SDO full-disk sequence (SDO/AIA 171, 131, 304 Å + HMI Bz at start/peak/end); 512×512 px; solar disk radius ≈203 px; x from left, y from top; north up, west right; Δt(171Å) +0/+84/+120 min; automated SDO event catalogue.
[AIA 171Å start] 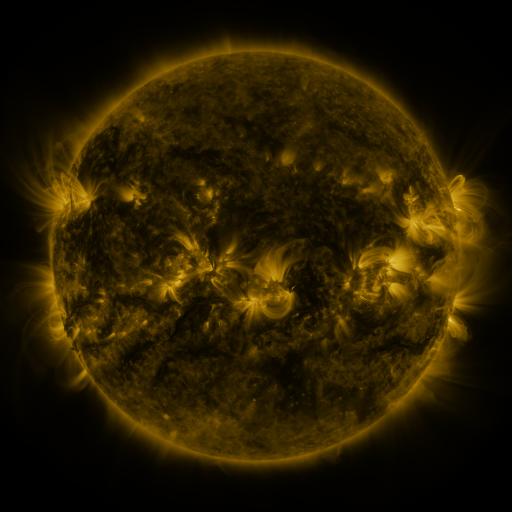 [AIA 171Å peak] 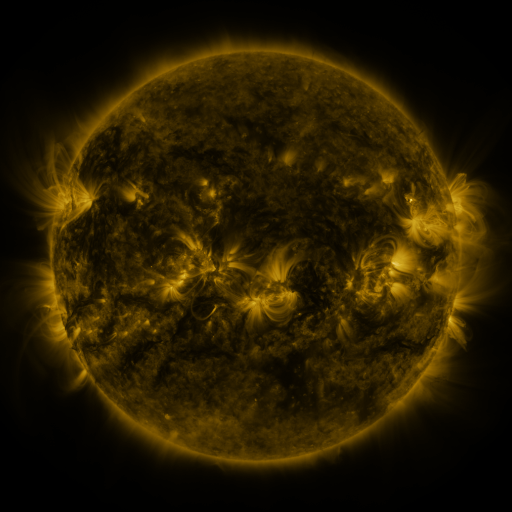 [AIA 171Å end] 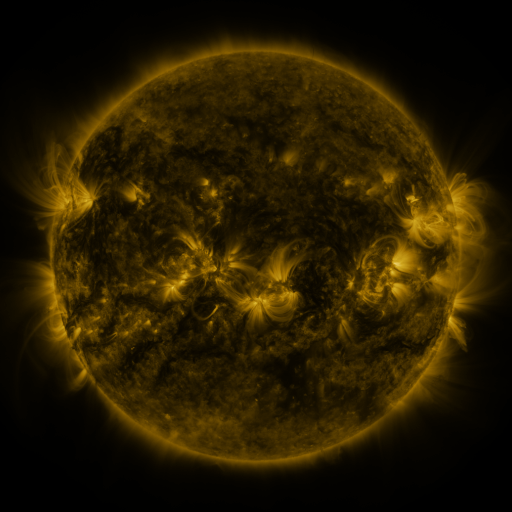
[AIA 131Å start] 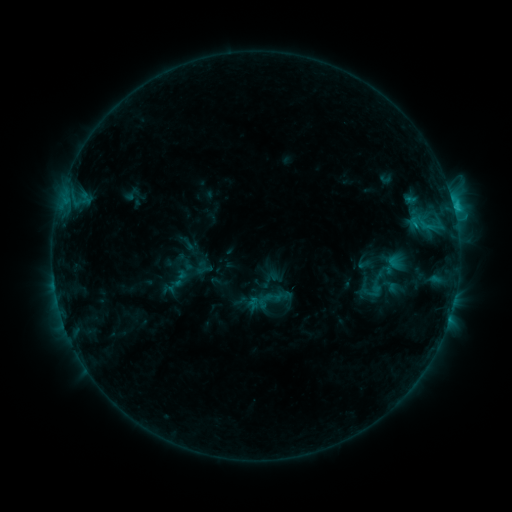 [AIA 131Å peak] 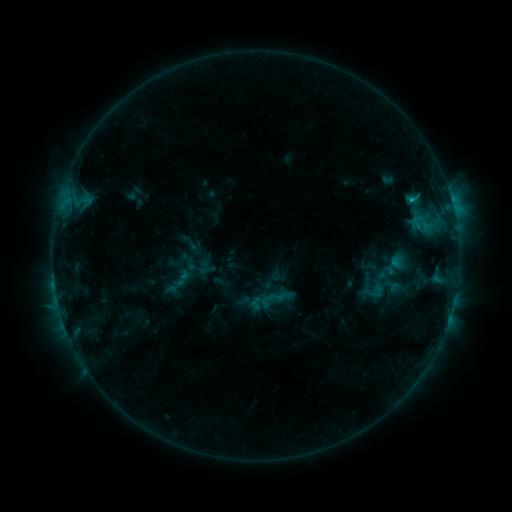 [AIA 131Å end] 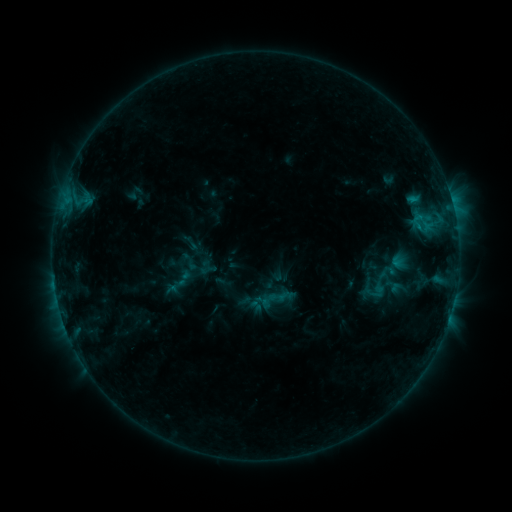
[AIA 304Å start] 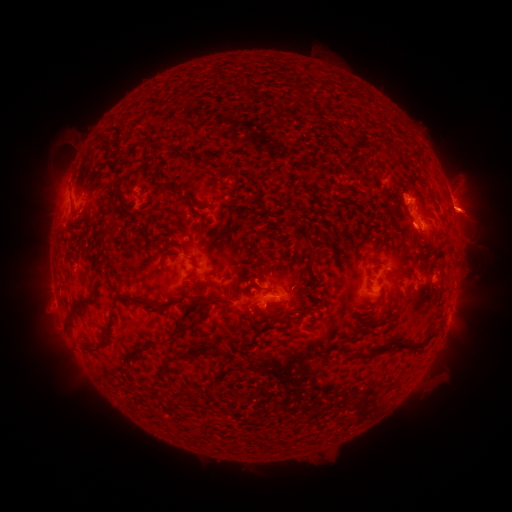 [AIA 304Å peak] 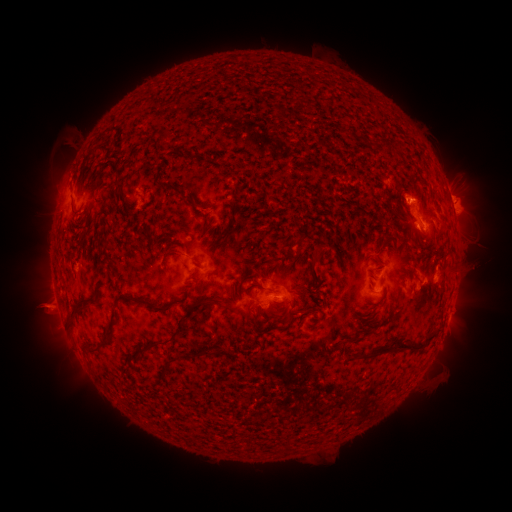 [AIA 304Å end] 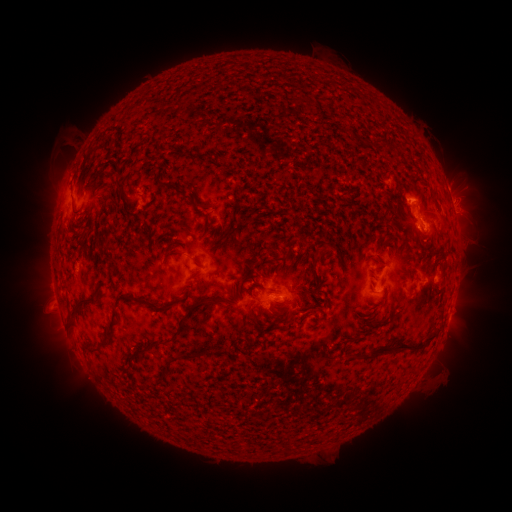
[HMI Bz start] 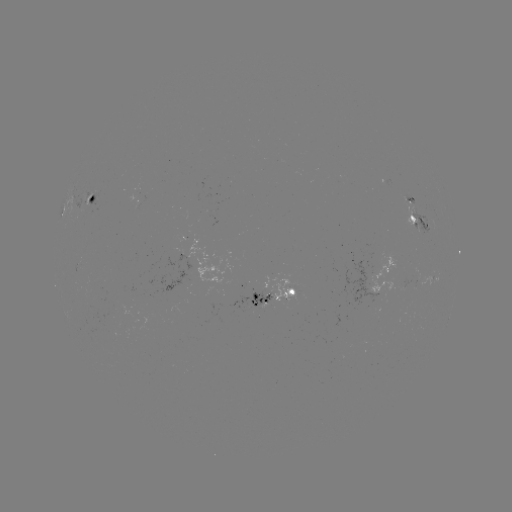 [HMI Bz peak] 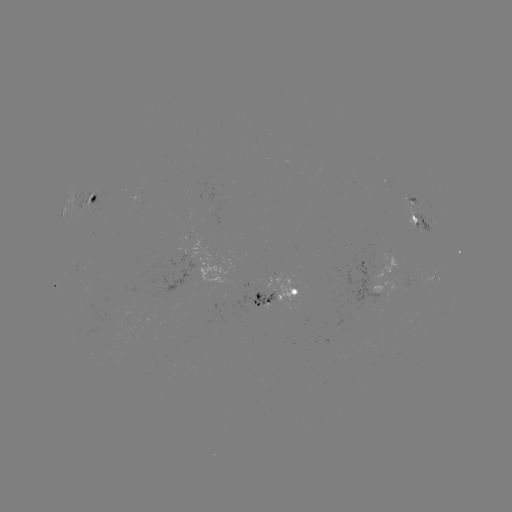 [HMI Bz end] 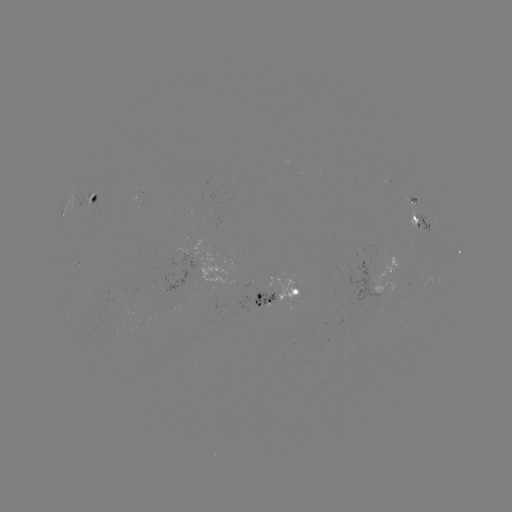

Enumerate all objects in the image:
emerging-flux region: (259, 289)
